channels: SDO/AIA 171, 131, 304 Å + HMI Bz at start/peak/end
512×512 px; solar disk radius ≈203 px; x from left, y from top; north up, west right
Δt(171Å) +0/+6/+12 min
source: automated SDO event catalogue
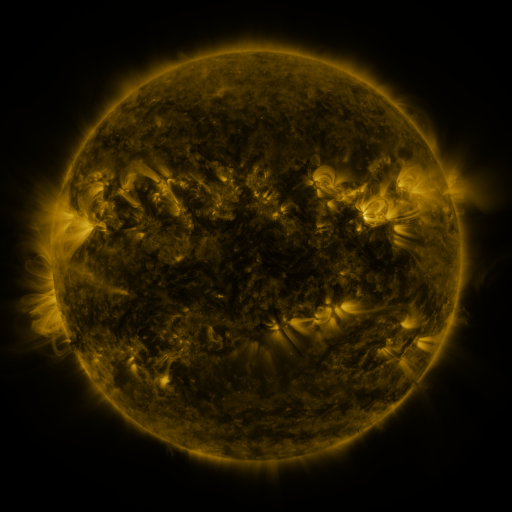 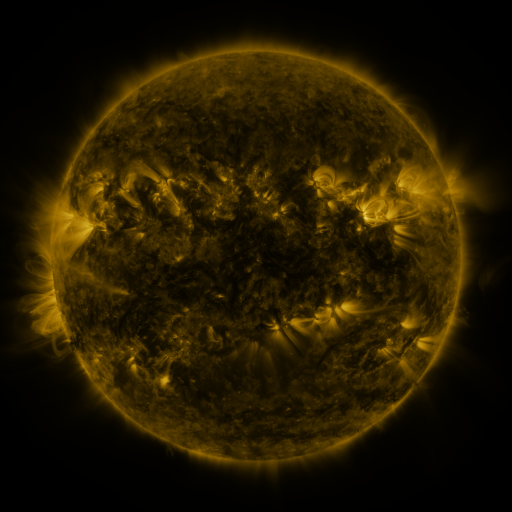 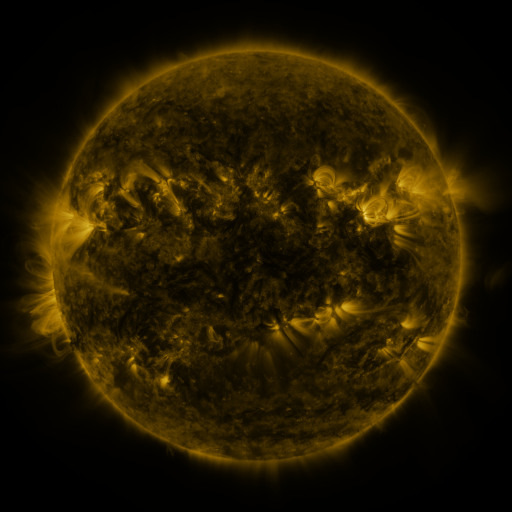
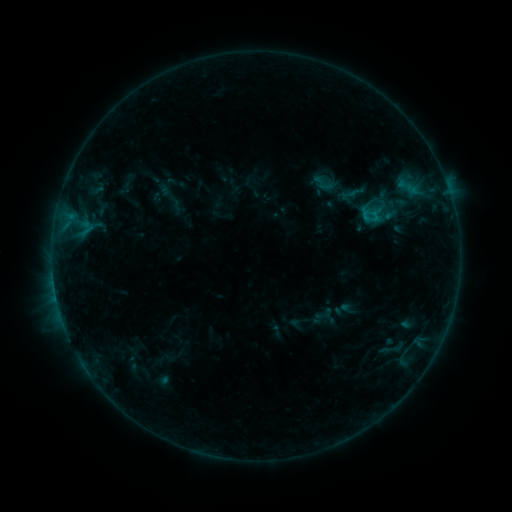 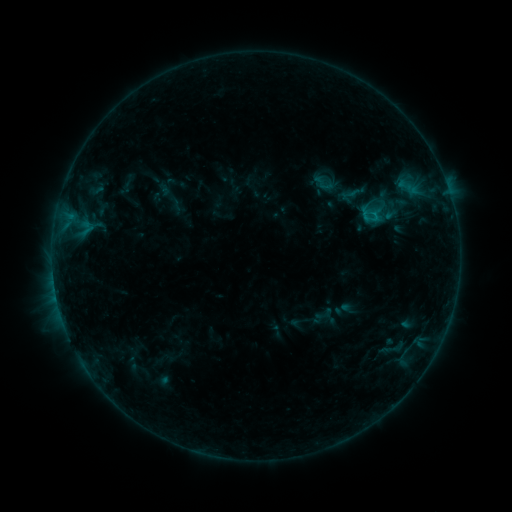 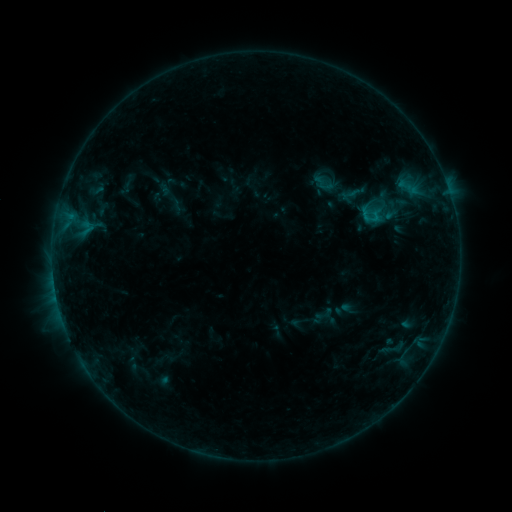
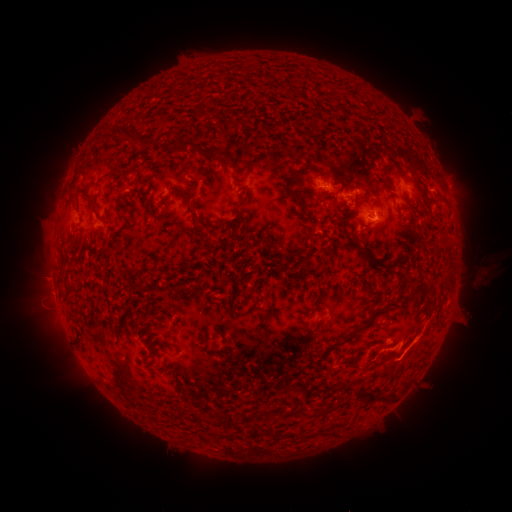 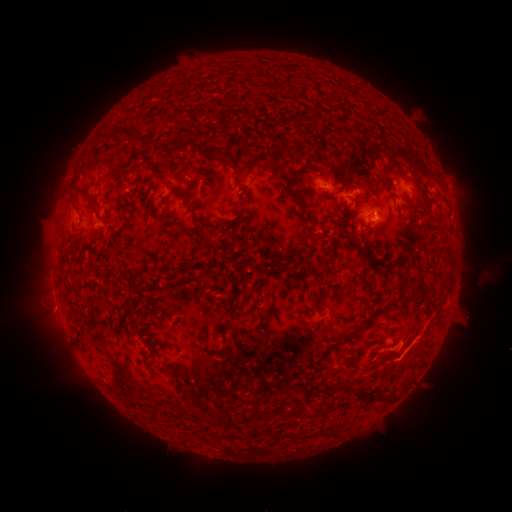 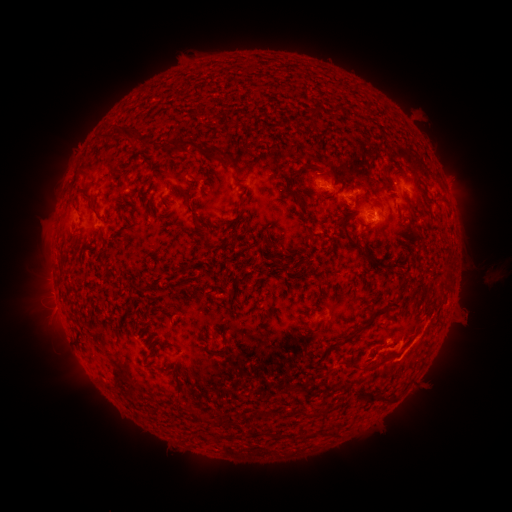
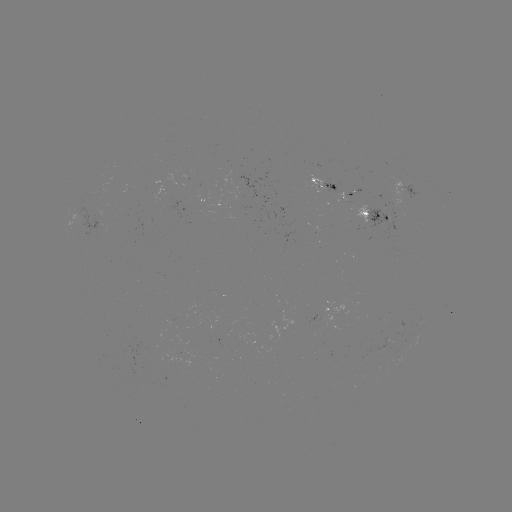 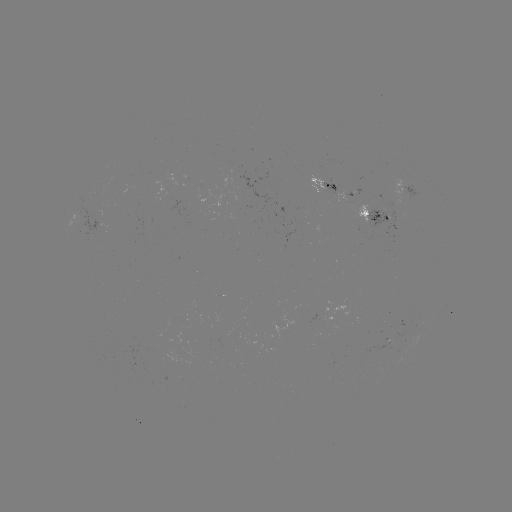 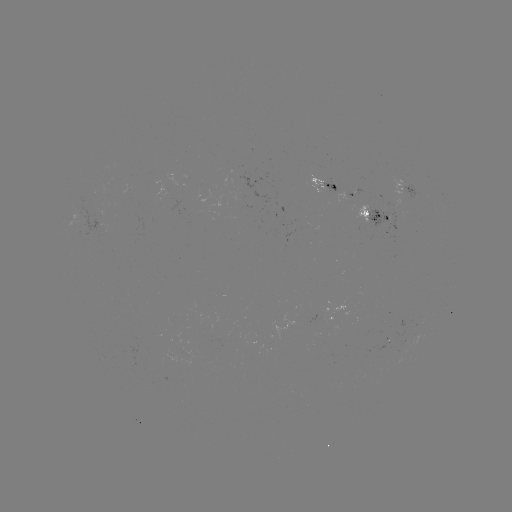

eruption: <bbox>466, 264, 500, 290</bbox>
